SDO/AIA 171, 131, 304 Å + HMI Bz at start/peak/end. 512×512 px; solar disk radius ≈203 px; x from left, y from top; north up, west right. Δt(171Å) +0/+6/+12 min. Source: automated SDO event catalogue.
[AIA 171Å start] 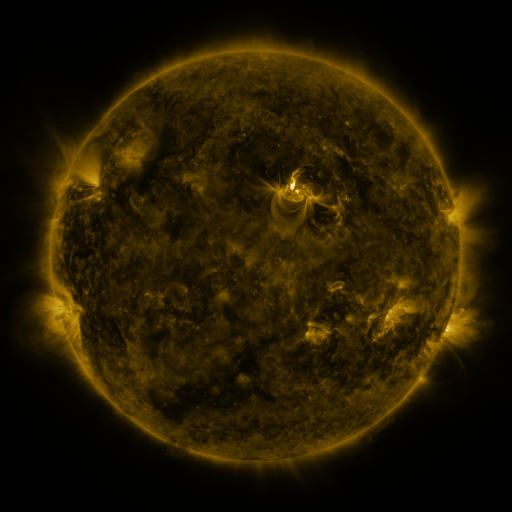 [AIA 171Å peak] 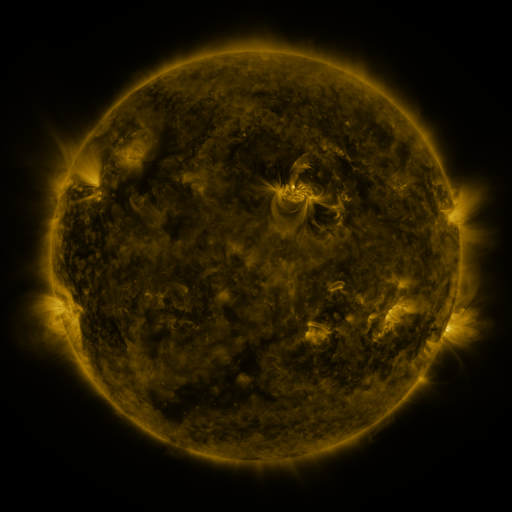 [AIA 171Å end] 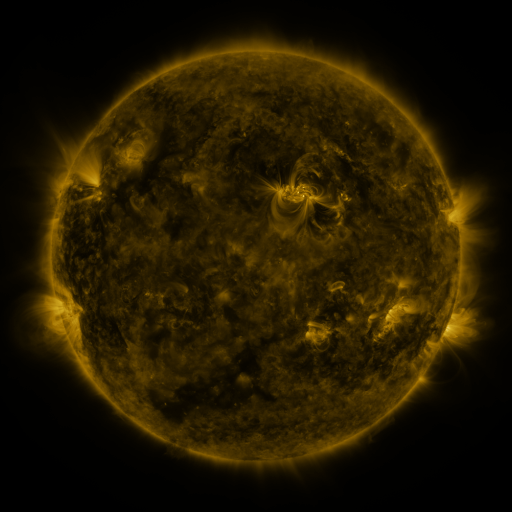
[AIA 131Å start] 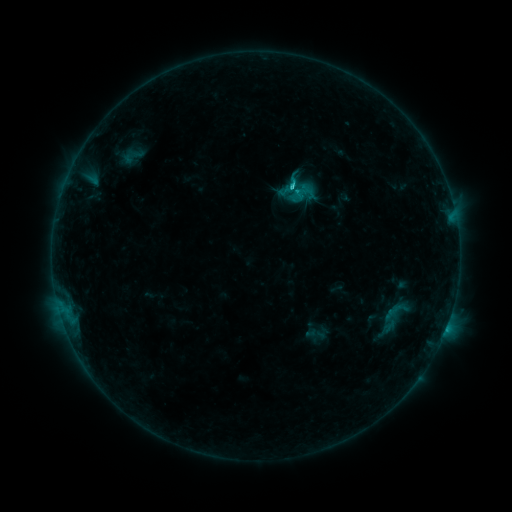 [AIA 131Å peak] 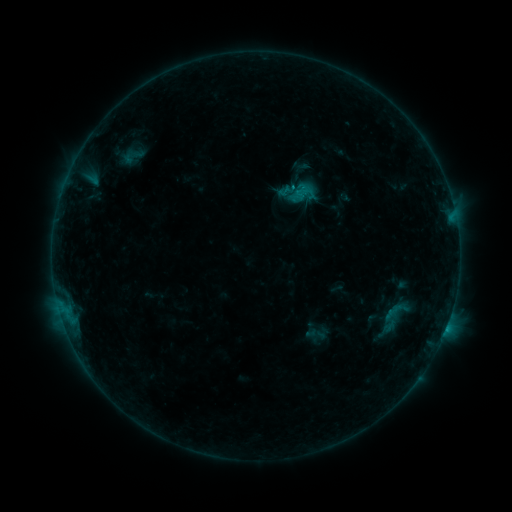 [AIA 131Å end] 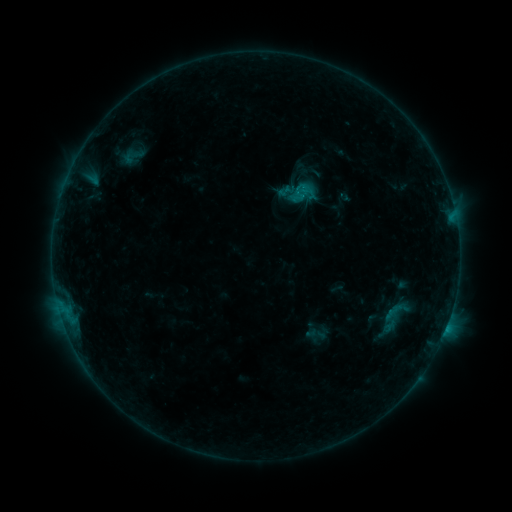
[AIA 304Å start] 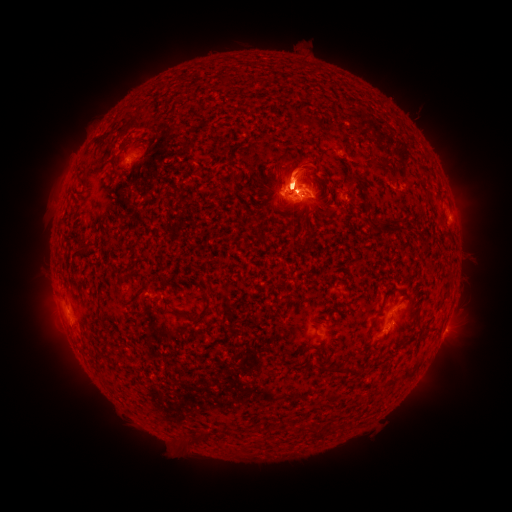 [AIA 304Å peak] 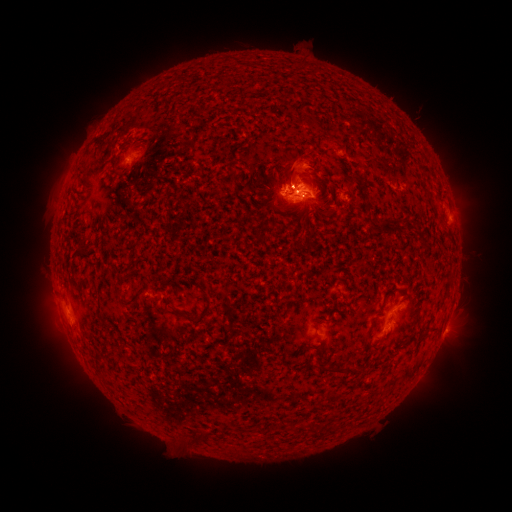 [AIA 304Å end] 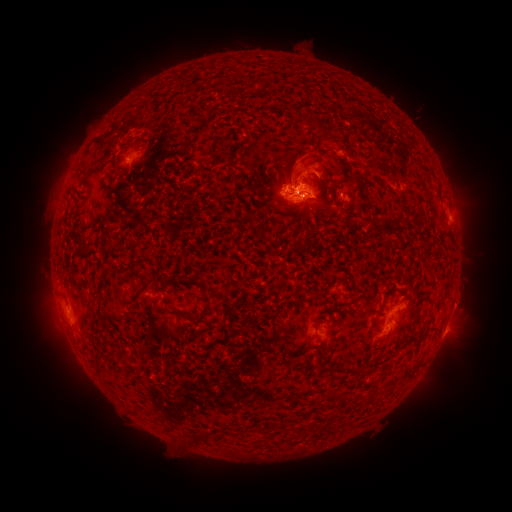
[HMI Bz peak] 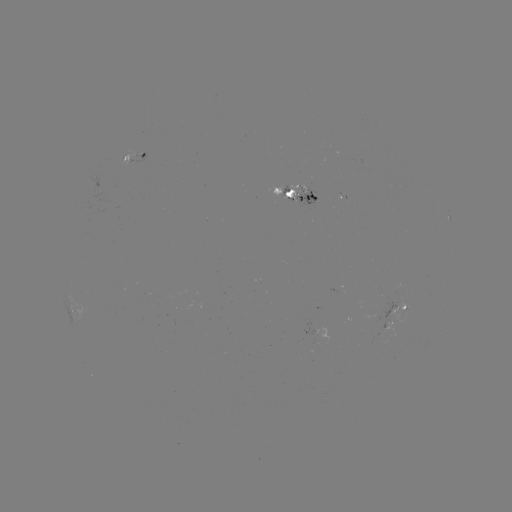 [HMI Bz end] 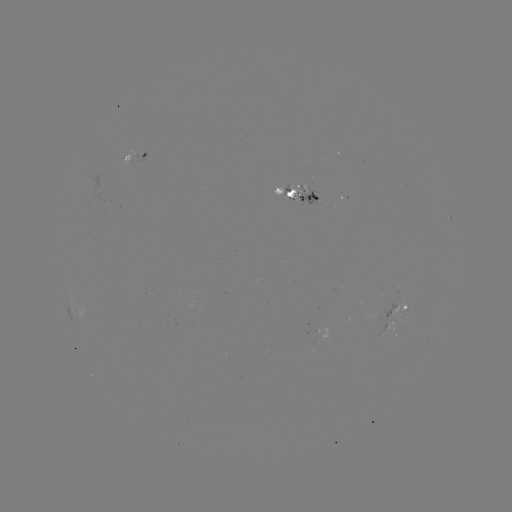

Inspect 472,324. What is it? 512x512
eruption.